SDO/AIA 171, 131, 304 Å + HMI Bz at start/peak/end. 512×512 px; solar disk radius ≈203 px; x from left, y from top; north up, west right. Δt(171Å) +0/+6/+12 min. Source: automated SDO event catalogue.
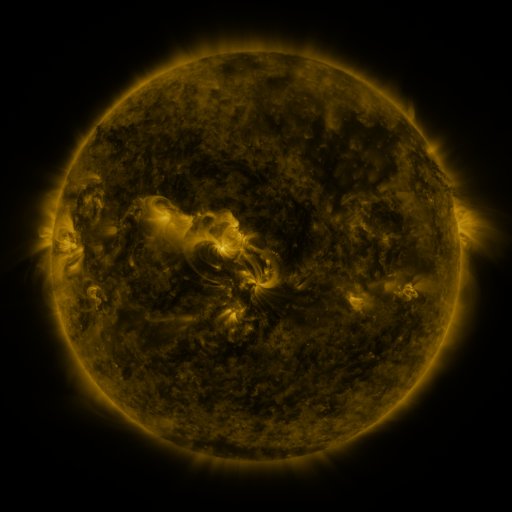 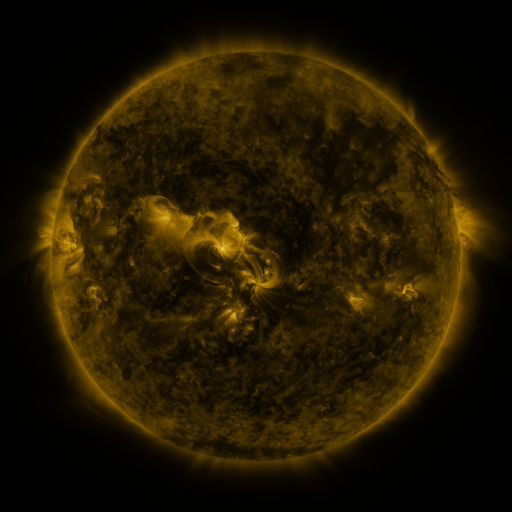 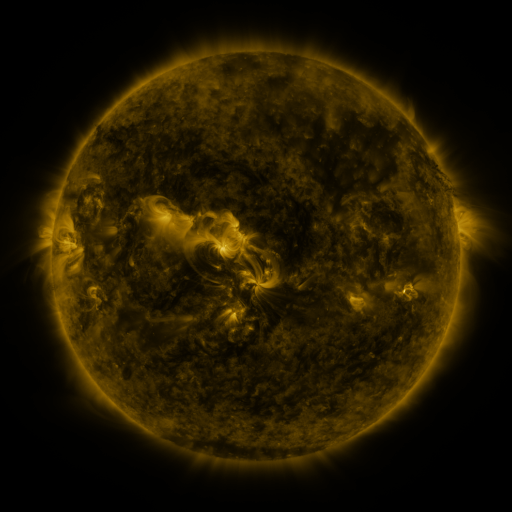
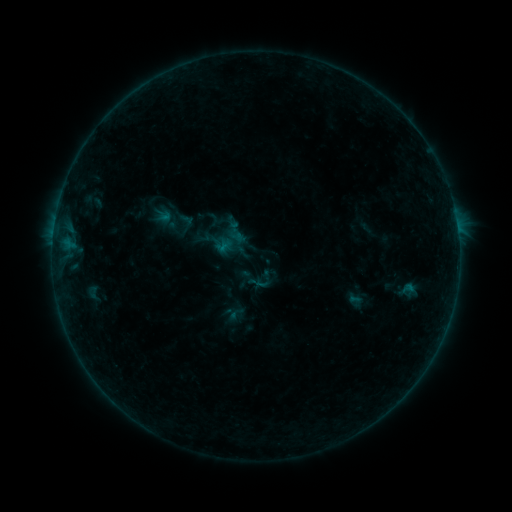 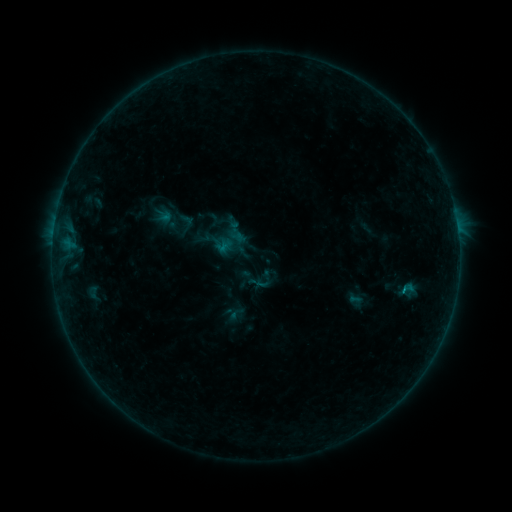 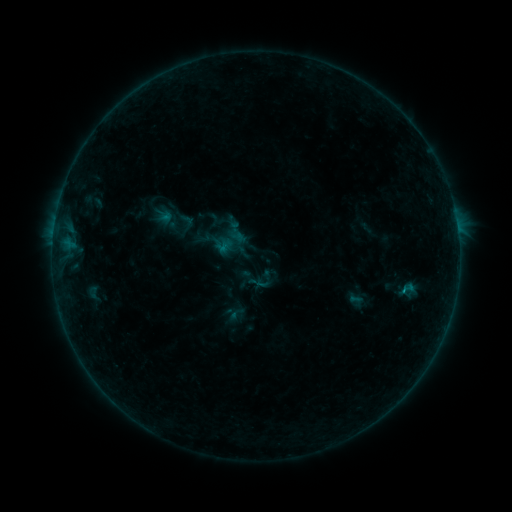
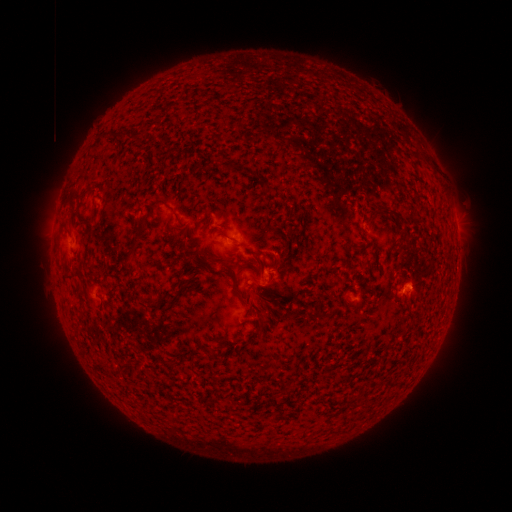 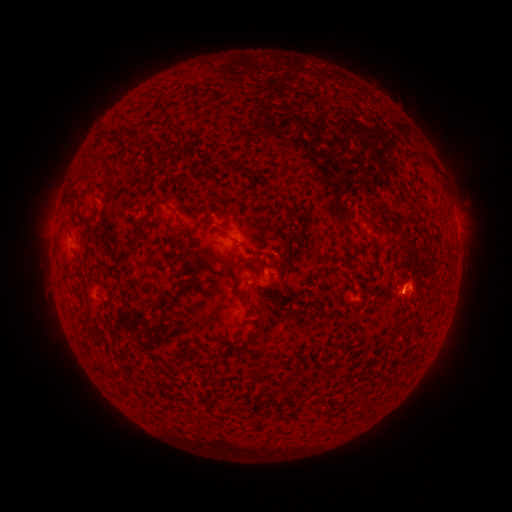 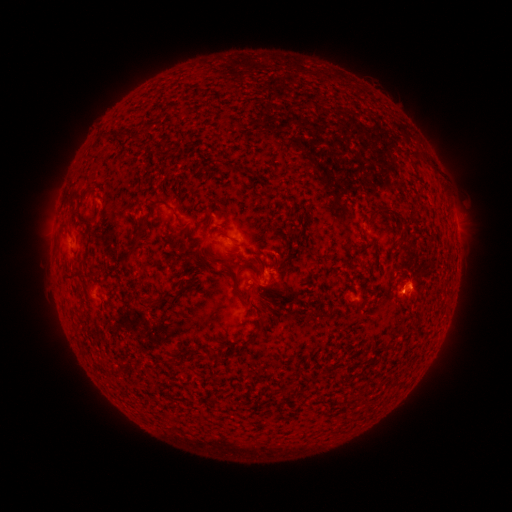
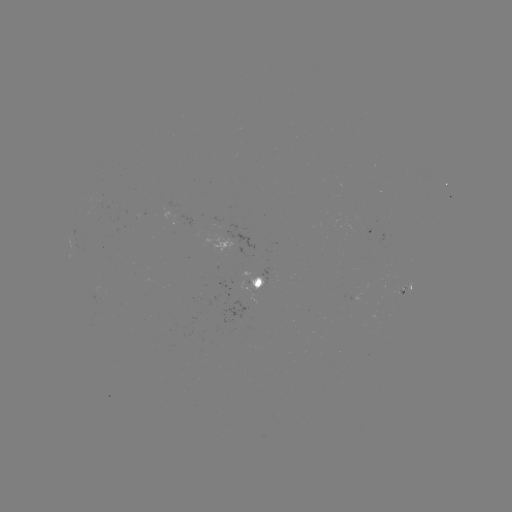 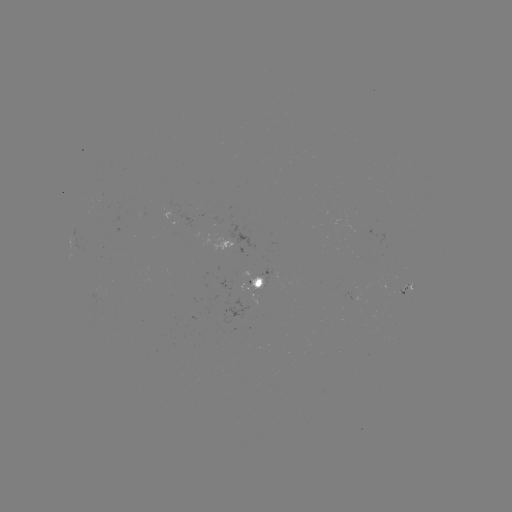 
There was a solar flare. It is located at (400, 290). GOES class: B3.8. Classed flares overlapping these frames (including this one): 1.